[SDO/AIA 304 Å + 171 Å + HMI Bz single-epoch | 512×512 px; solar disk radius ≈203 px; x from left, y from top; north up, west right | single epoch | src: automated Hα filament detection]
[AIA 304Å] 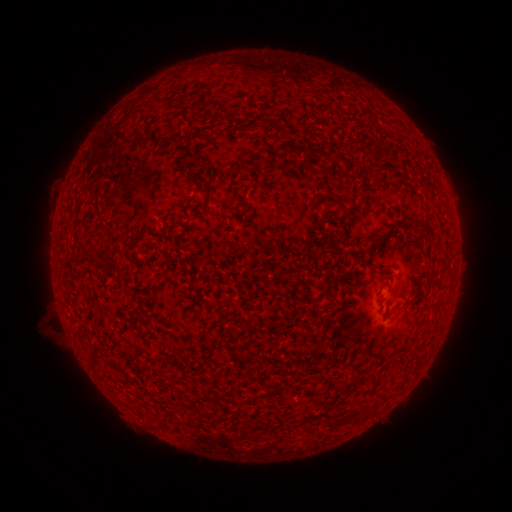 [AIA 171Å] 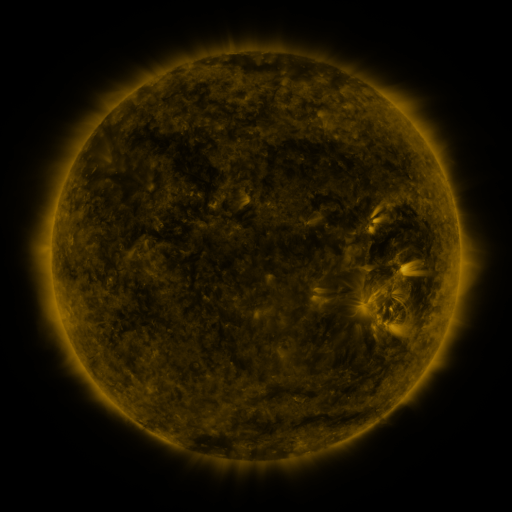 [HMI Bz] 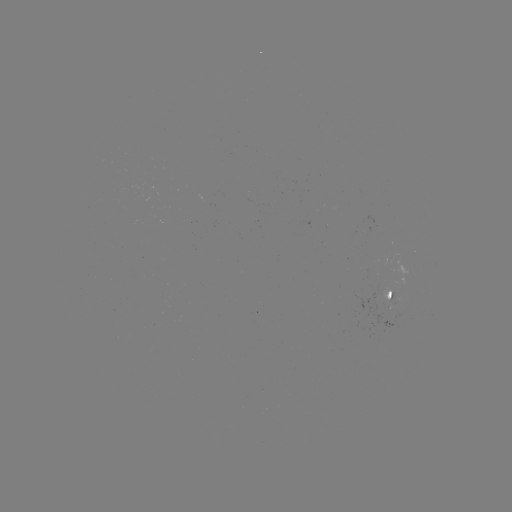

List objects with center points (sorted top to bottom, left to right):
filament: [274, 139, 291, 152]
filament: [314, 196, 322, 207]
filament: [340, 204, 349, 217]
filament: [371, 214, 407, 244]
filament: [88, 255, 98, 264]
filament: [111, 265, 127, 275]
filament: [386, 289, 393, 300]
filament: [391, 309, 401, 320]
filament: [133, 314, 142, 324]
filament: [88, 351, 100, 367]
